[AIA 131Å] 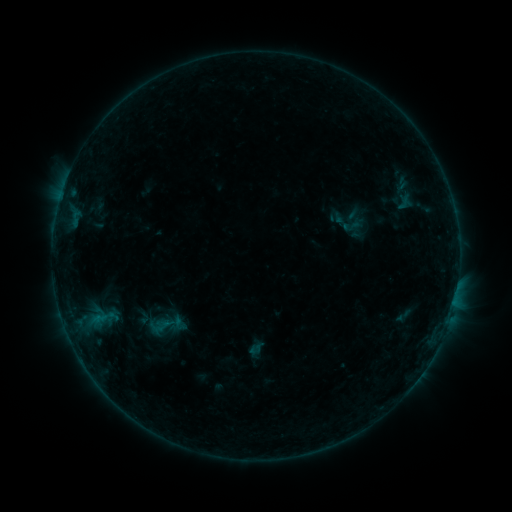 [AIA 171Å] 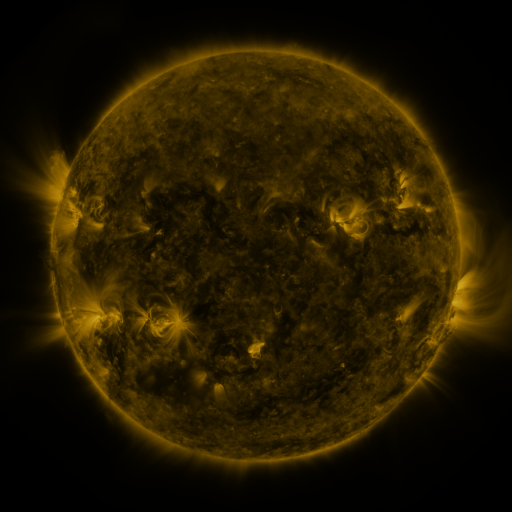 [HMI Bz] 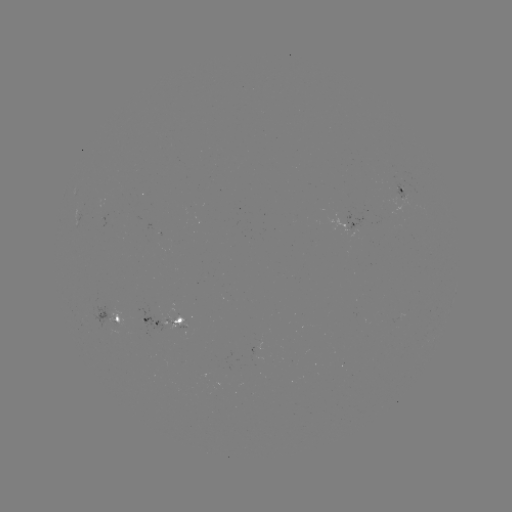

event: sigmoid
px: (404, 315)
